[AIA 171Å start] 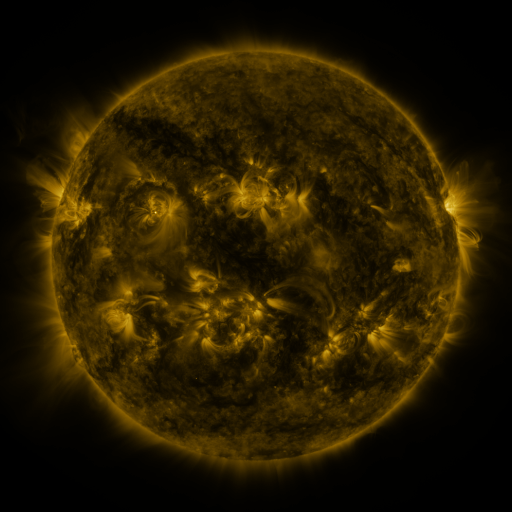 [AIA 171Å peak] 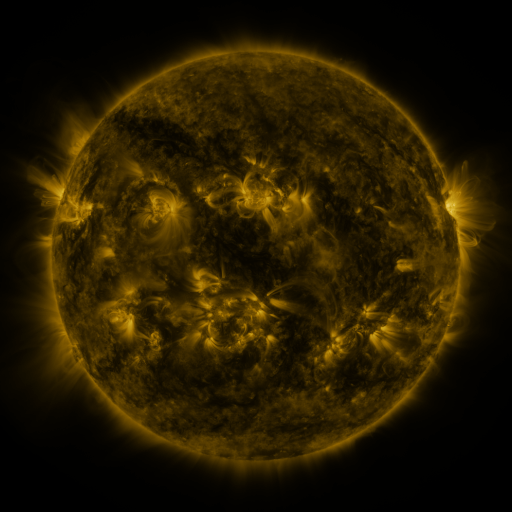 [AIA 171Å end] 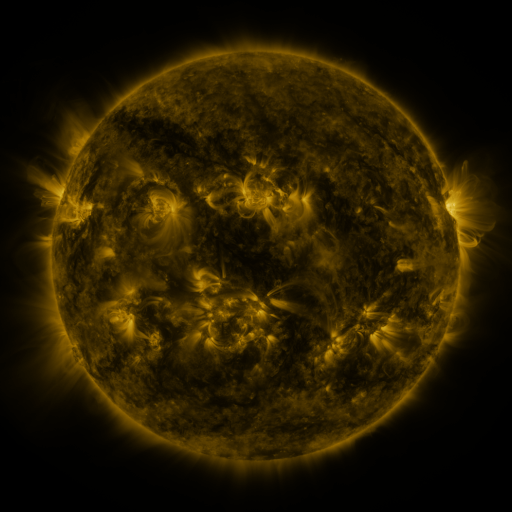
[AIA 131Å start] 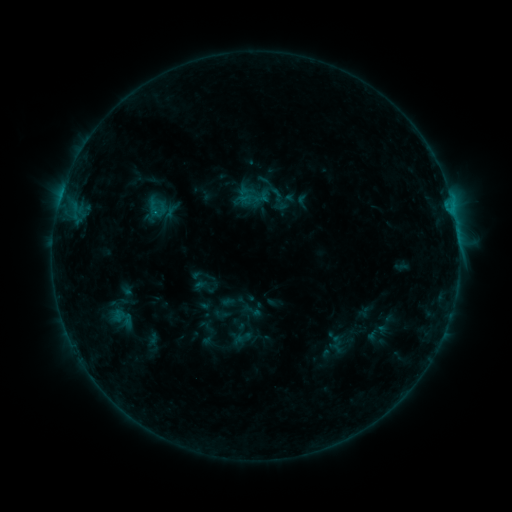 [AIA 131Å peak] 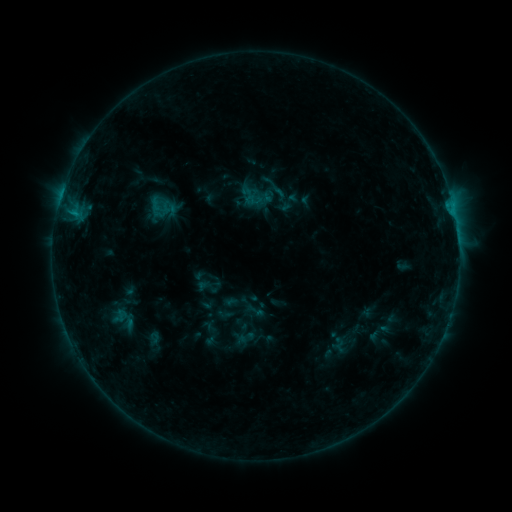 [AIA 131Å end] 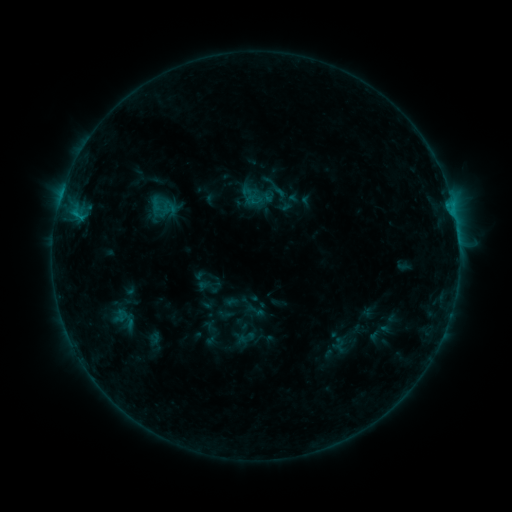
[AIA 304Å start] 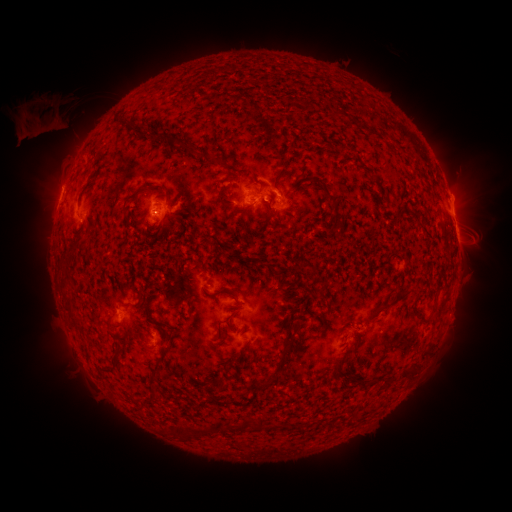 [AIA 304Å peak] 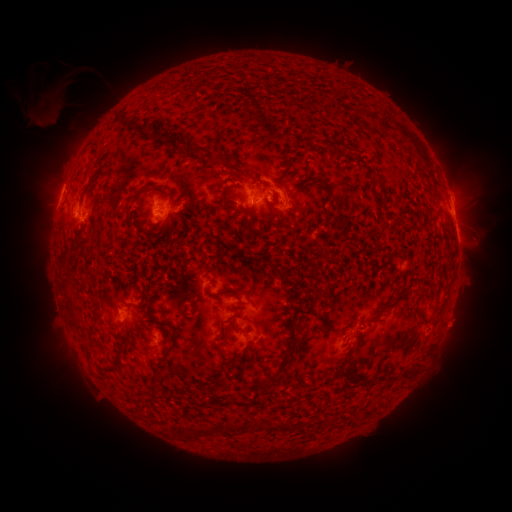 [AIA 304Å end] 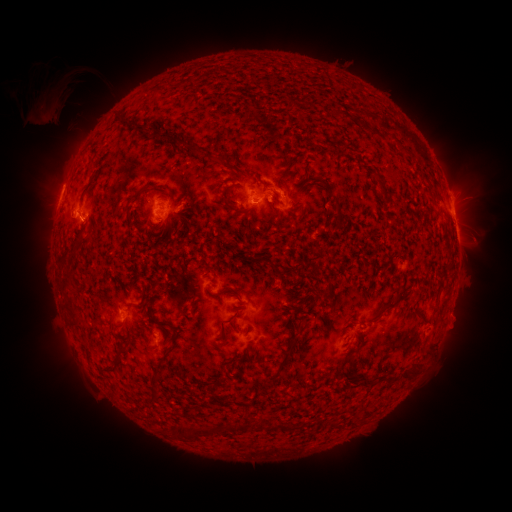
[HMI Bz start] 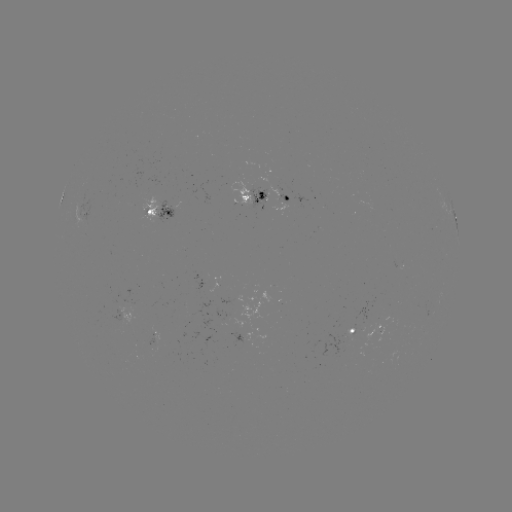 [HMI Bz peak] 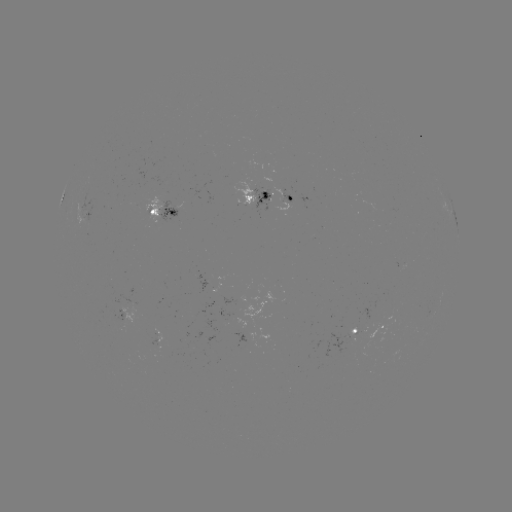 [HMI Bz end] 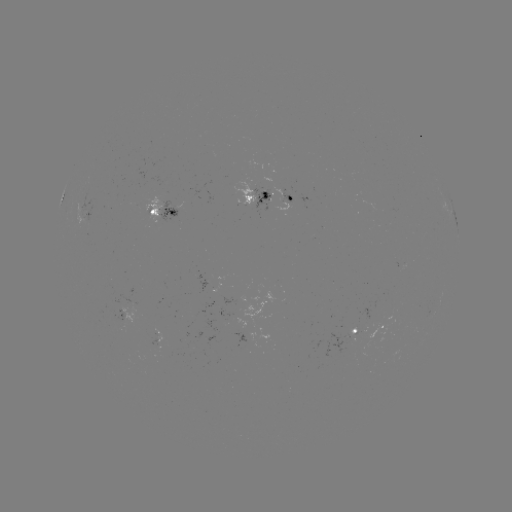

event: emerging-flux region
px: (267, 195)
